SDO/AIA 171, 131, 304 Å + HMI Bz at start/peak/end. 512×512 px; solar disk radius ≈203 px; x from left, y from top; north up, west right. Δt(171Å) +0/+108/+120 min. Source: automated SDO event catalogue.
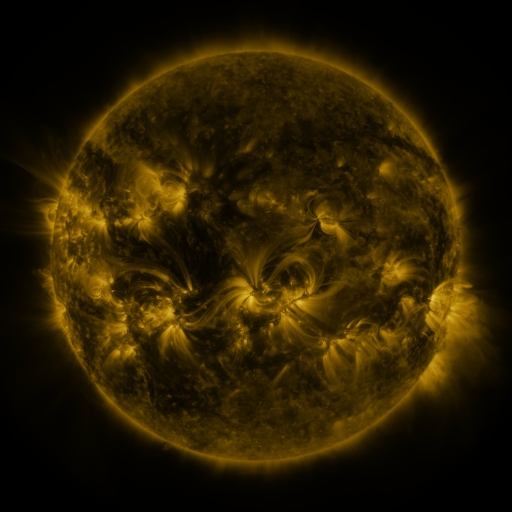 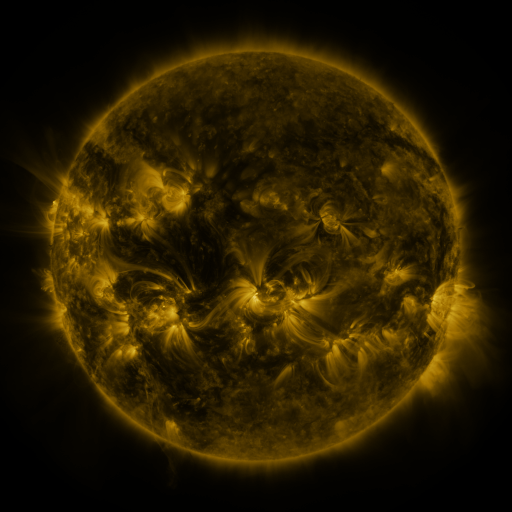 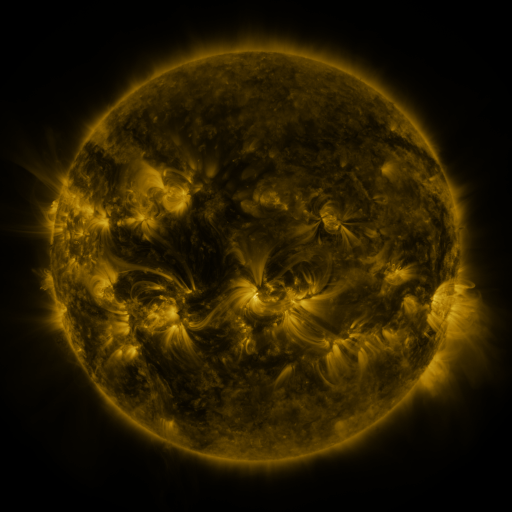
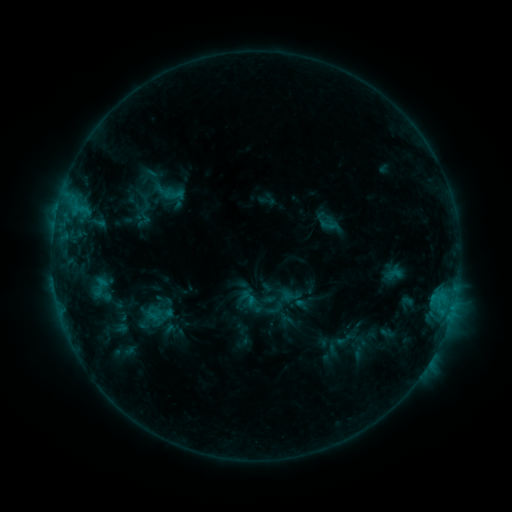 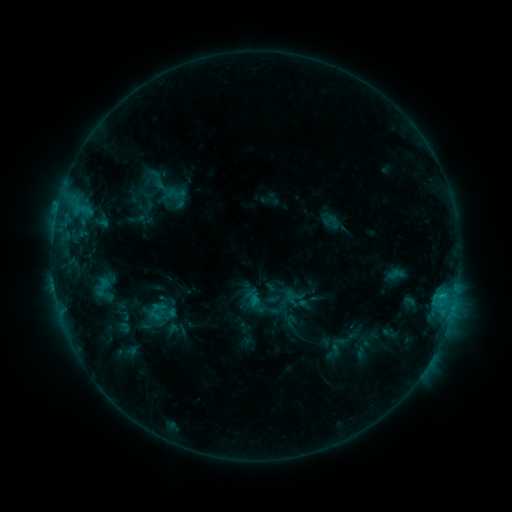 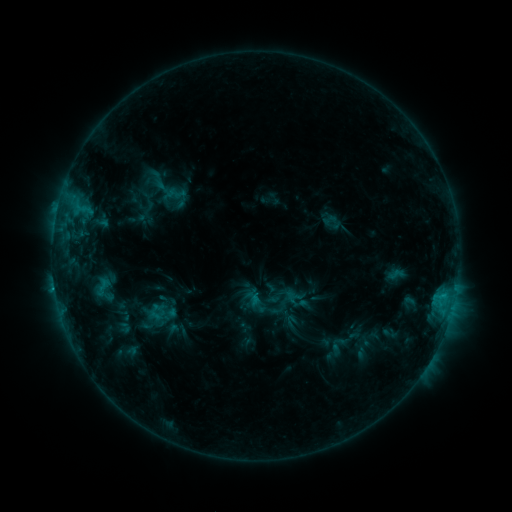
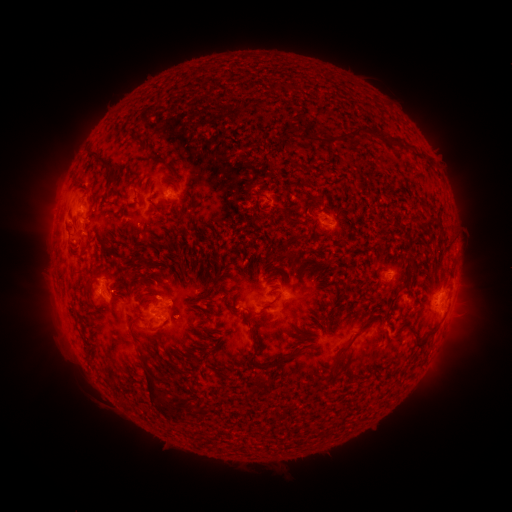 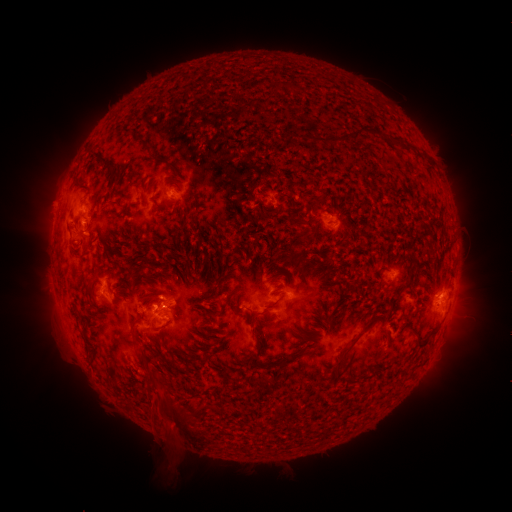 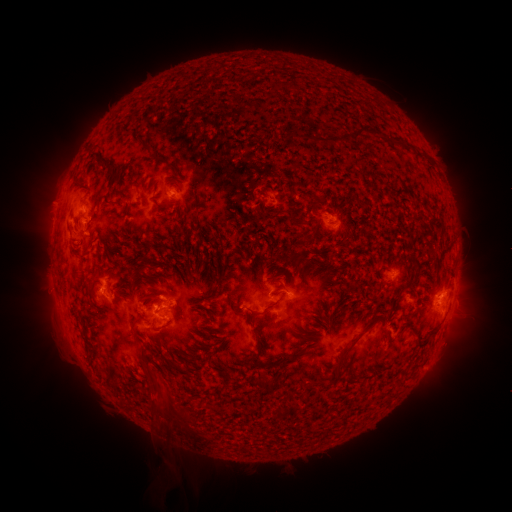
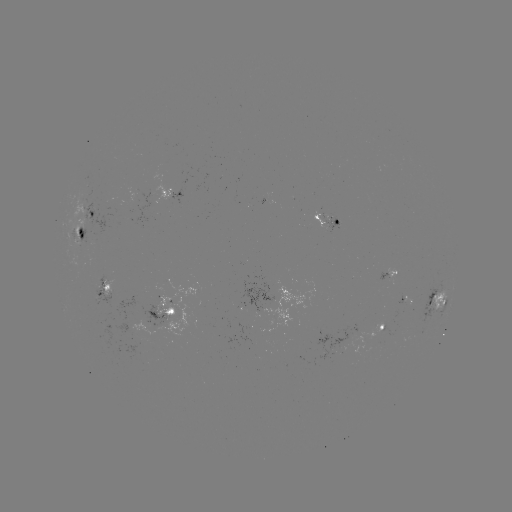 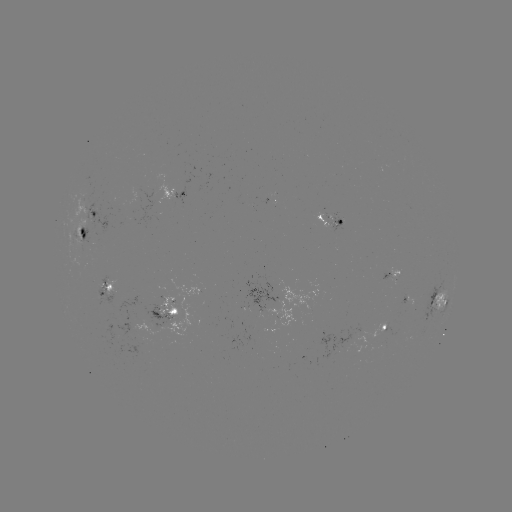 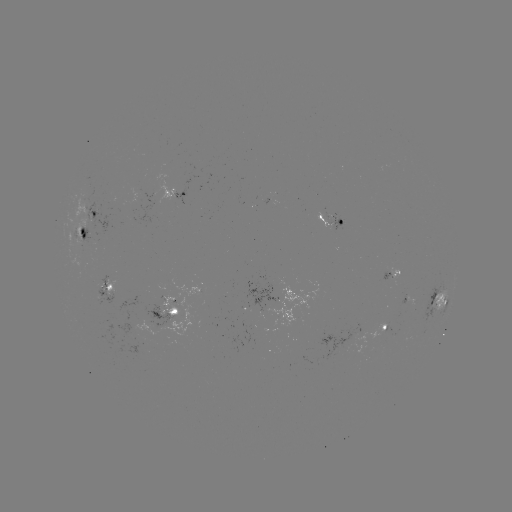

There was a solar emerging-flux region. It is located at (90, 227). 